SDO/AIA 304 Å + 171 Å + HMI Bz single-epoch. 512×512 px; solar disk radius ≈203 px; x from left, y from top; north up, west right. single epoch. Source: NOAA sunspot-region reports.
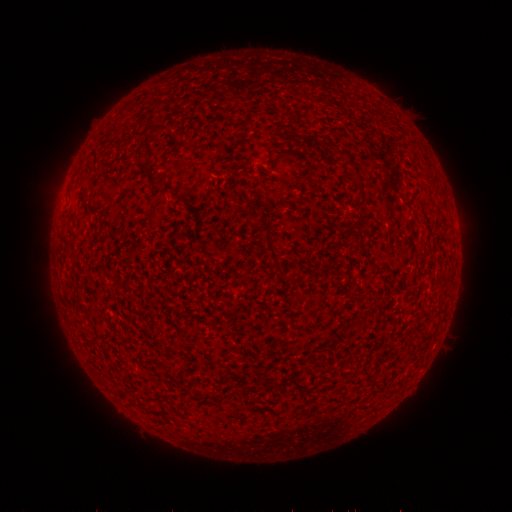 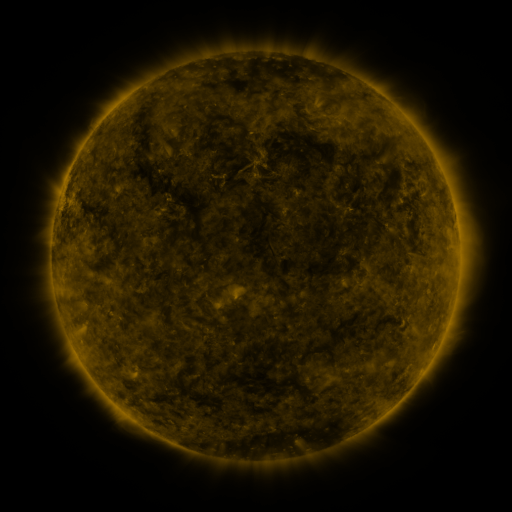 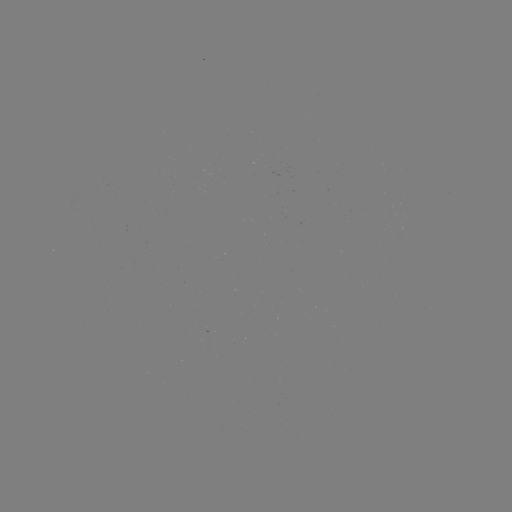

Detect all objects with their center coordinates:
(none)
